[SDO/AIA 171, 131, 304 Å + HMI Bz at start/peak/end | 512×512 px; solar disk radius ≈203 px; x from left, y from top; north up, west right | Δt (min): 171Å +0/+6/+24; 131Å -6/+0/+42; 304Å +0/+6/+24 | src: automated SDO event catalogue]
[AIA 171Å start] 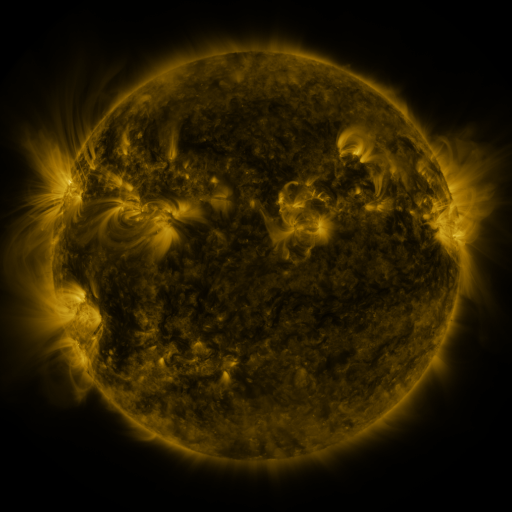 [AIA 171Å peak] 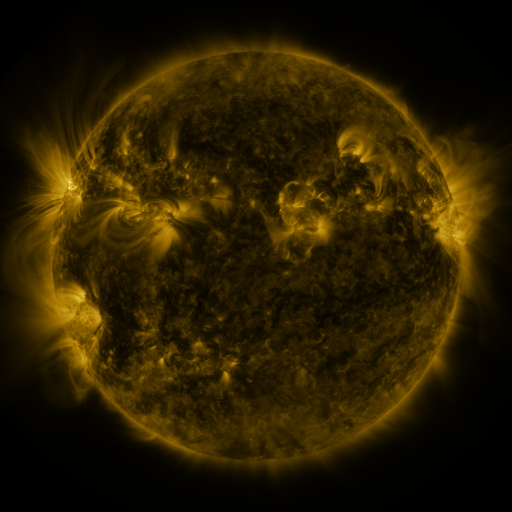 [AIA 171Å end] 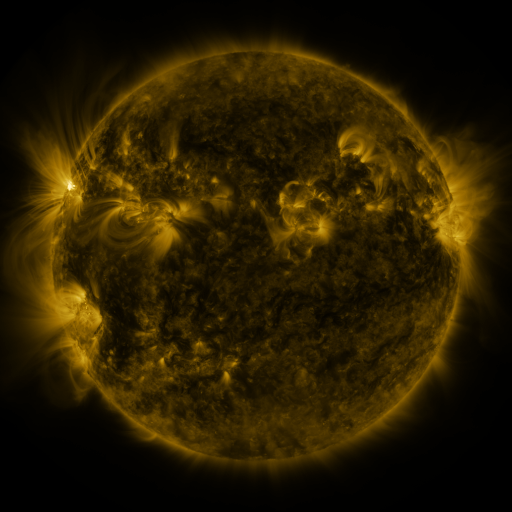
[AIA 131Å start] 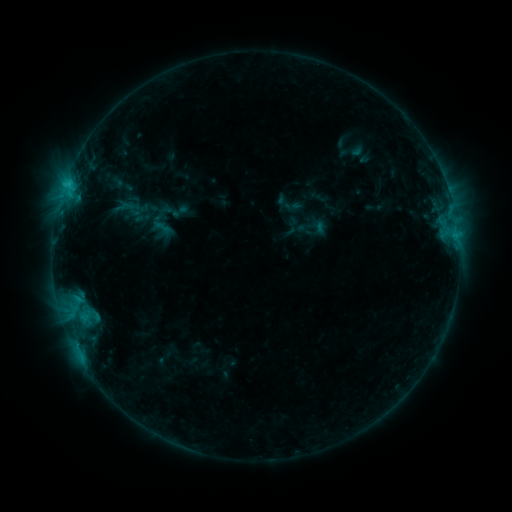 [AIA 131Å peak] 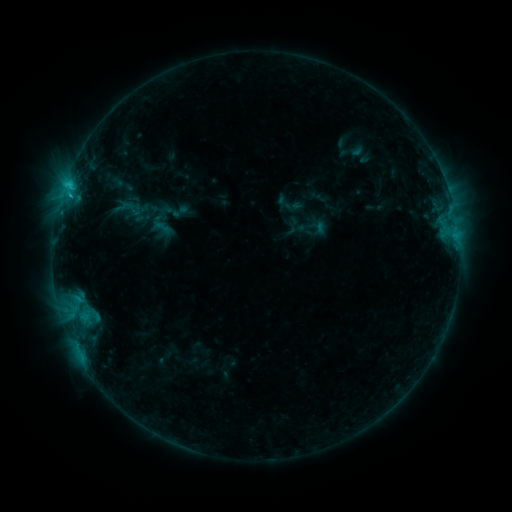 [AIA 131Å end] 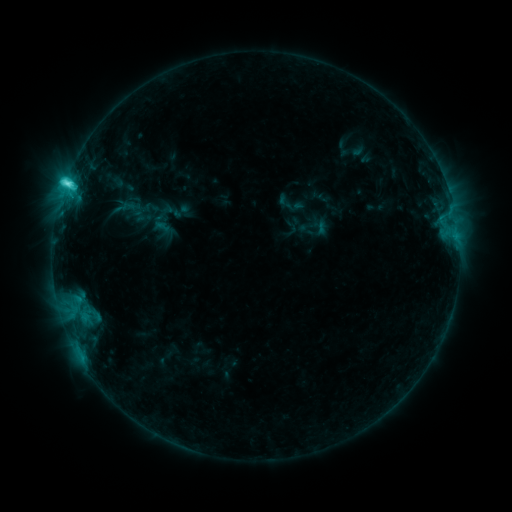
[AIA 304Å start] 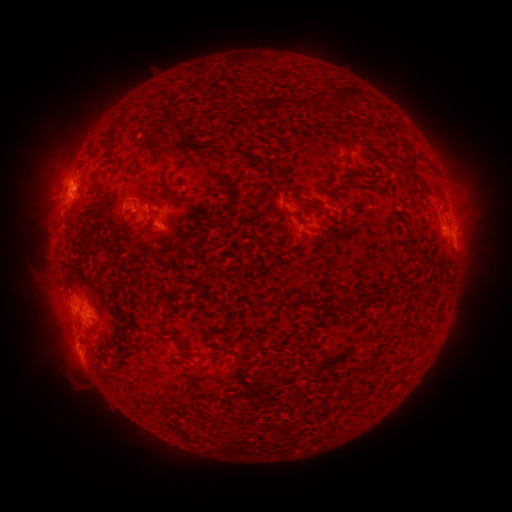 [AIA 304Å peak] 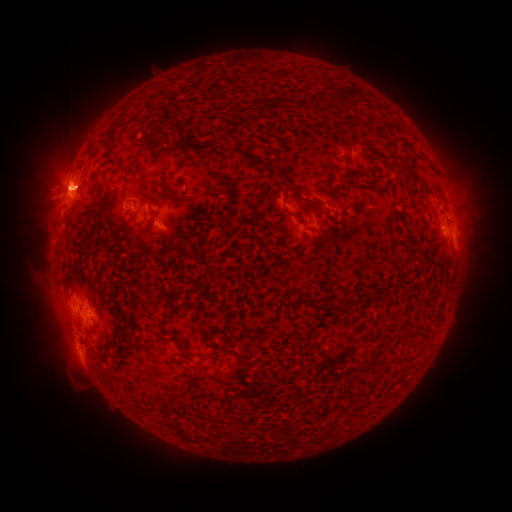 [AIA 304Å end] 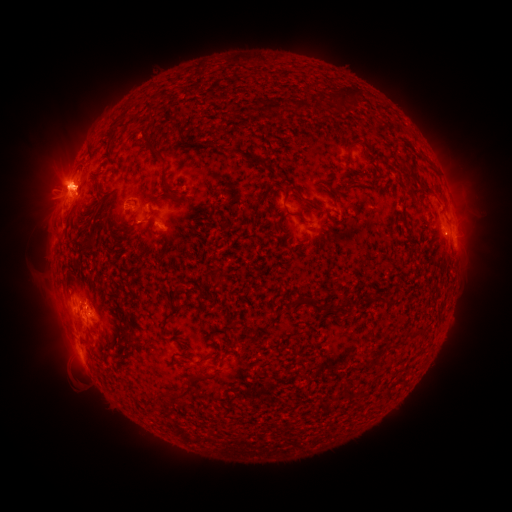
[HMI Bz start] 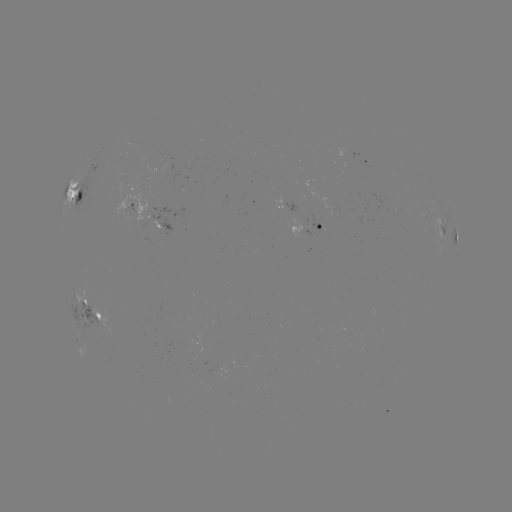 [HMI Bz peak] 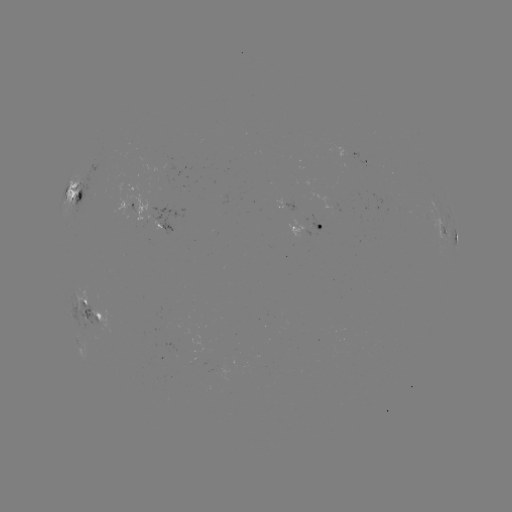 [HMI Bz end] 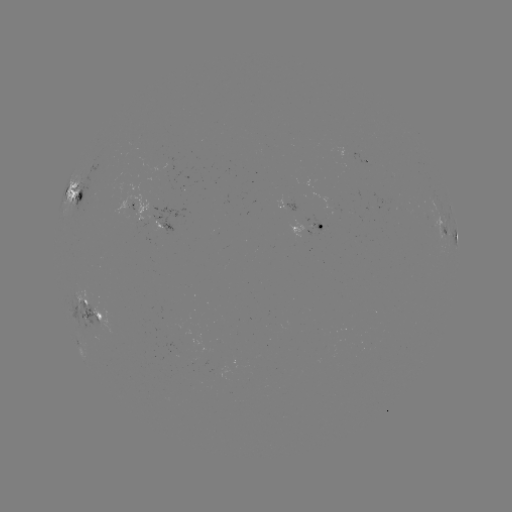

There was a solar flare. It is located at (69, 189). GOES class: M4.3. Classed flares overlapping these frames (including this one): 1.